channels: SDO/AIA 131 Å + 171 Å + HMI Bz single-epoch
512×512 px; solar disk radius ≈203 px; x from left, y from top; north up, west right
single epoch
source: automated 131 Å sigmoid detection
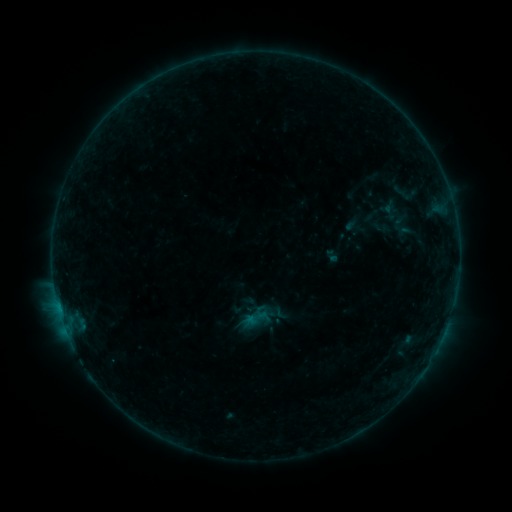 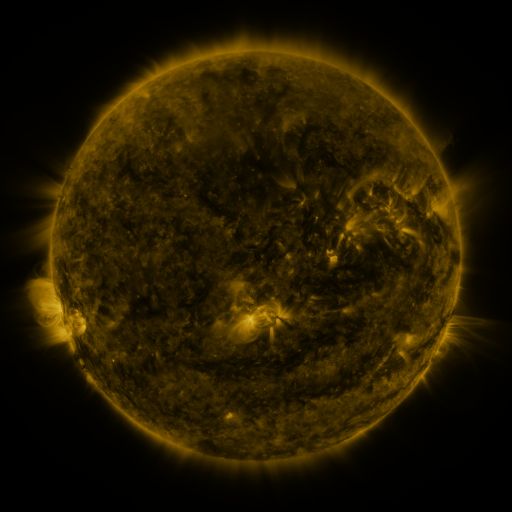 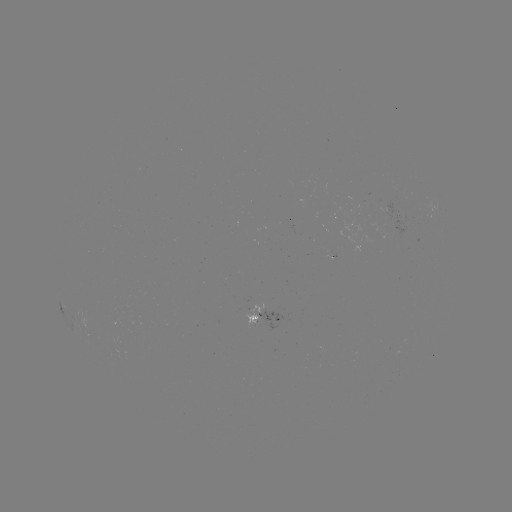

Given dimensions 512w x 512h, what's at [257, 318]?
sigmoid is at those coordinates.